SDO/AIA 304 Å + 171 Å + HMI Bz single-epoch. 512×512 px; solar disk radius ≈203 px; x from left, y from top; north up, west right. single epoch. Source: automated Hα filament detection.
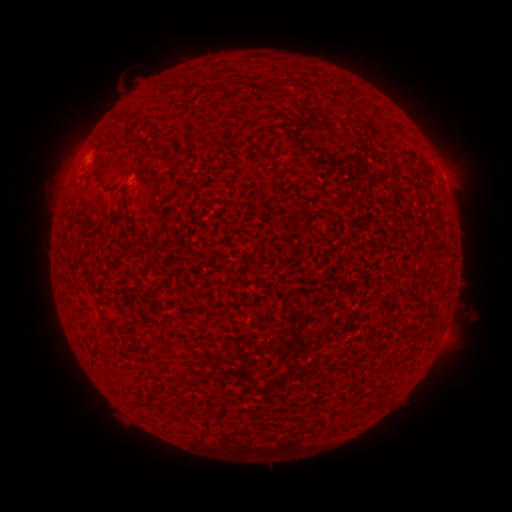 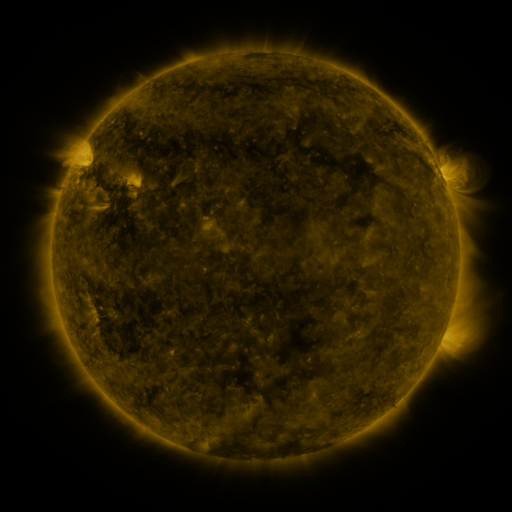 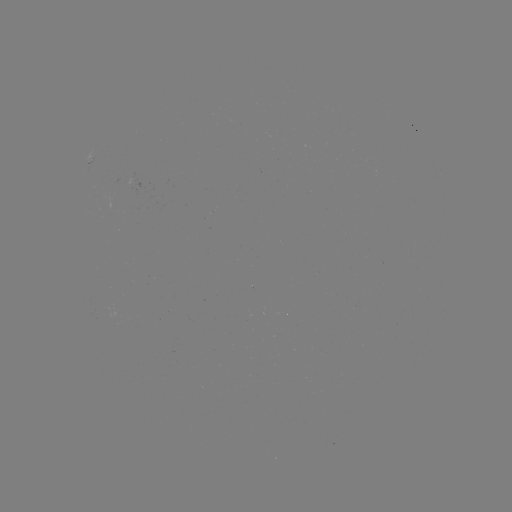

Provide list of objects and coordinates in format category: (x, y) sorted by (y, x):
filament: (275, 87)
filament: (386, 131)
filament: (208, 146)
filament: (99, 175)
filament: (128, 210)
filament: (231, 284)
filament: (375, 404)
